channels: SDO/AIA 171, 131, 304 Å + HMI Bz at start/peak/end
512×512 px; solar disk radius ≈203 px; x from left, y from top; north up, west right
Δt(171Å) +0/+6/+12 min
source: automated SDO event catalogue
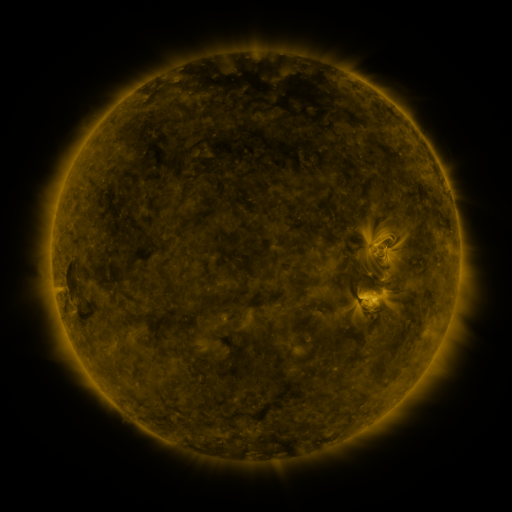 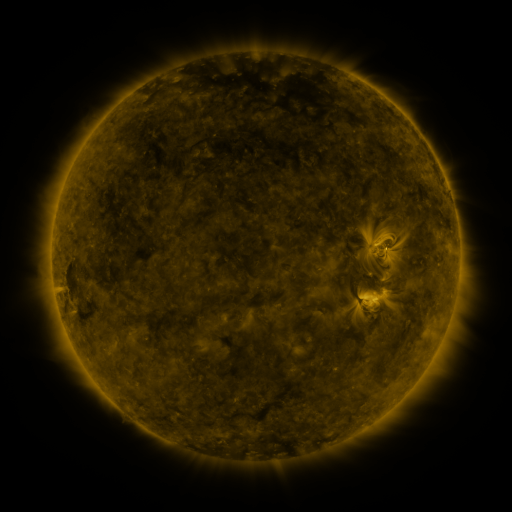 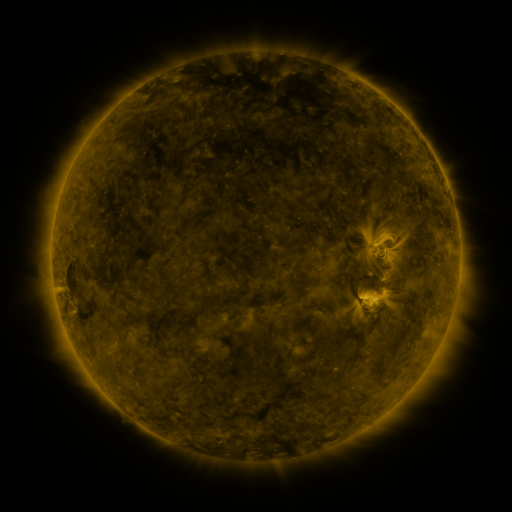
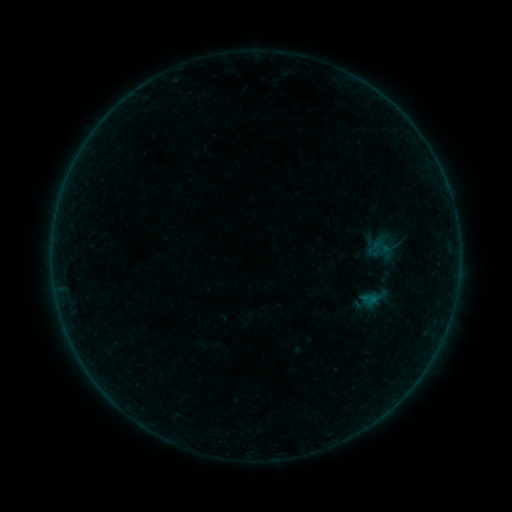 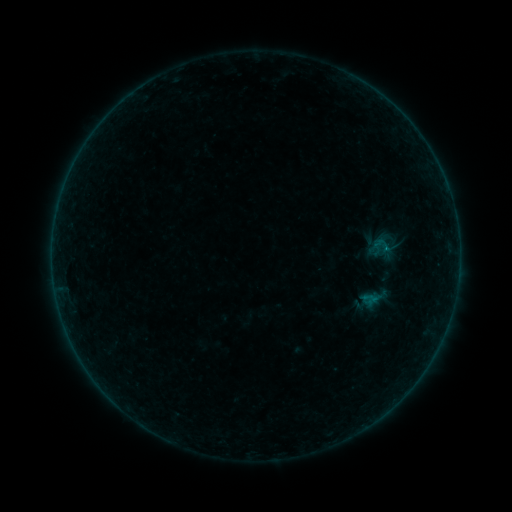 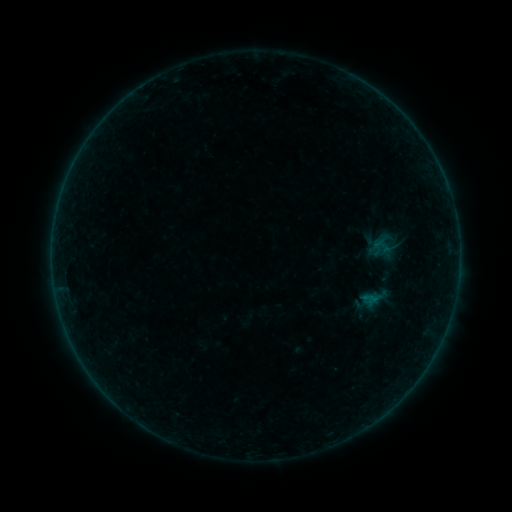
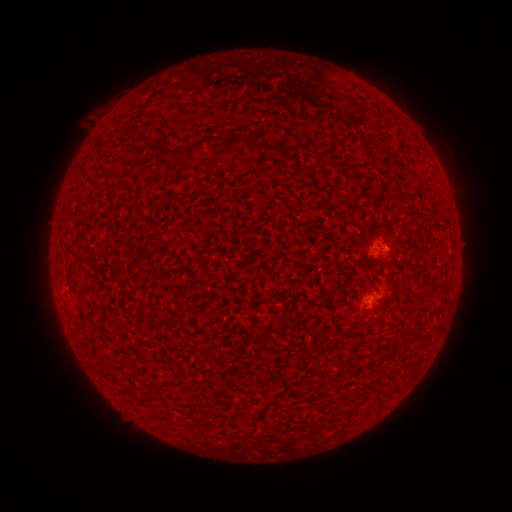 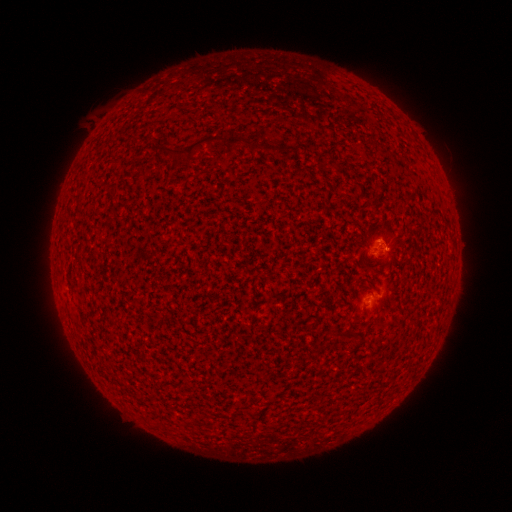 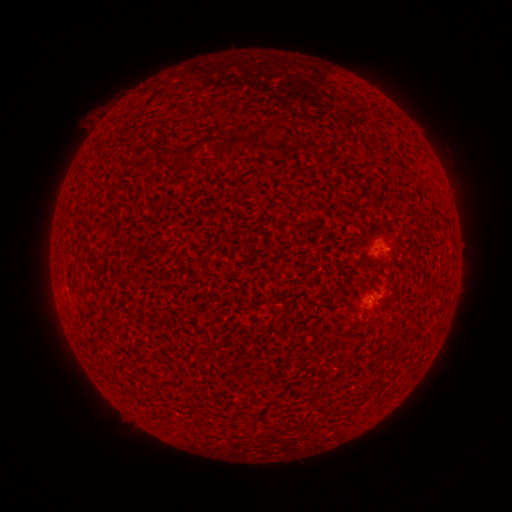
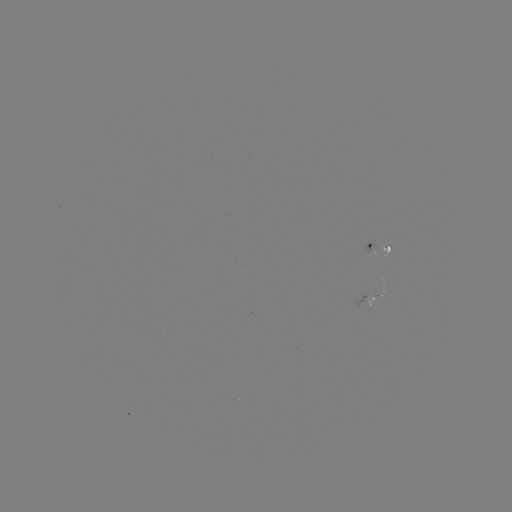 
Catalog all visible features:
B1.9 flare: (386, 250)
